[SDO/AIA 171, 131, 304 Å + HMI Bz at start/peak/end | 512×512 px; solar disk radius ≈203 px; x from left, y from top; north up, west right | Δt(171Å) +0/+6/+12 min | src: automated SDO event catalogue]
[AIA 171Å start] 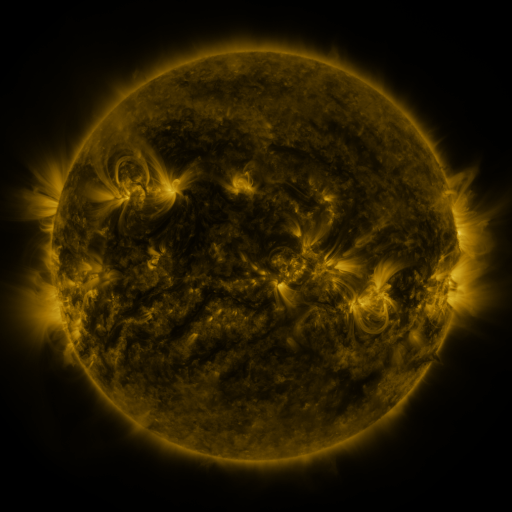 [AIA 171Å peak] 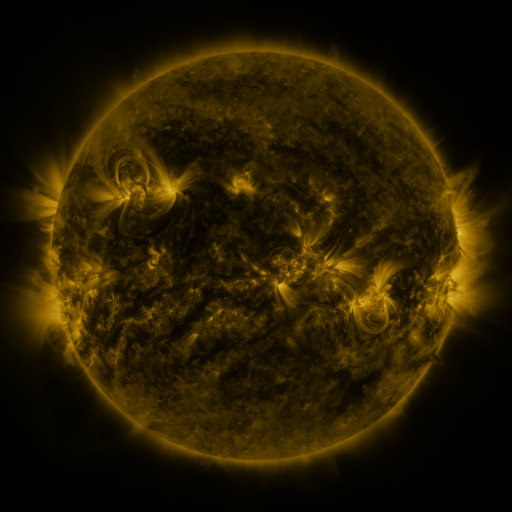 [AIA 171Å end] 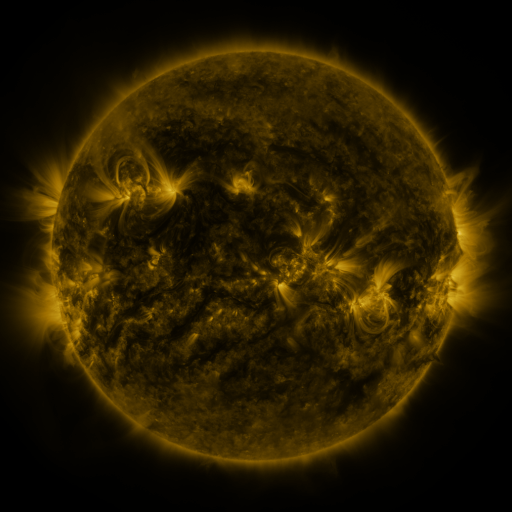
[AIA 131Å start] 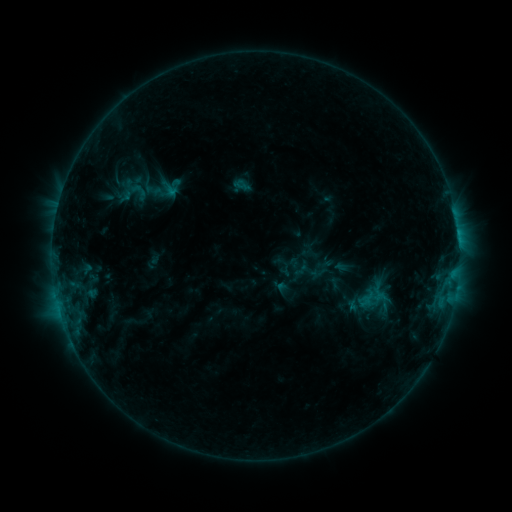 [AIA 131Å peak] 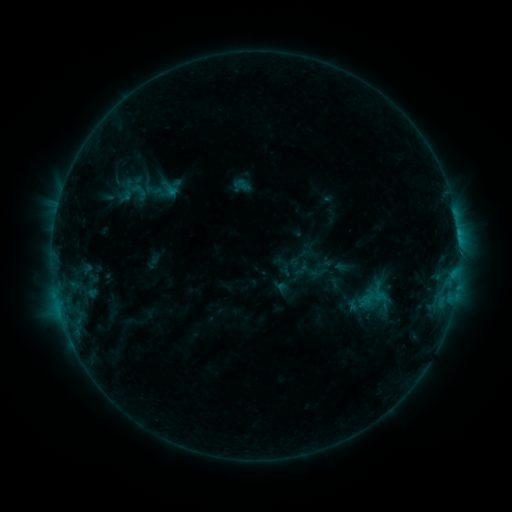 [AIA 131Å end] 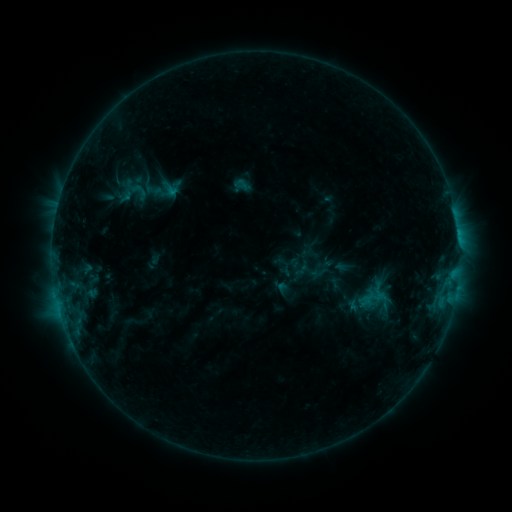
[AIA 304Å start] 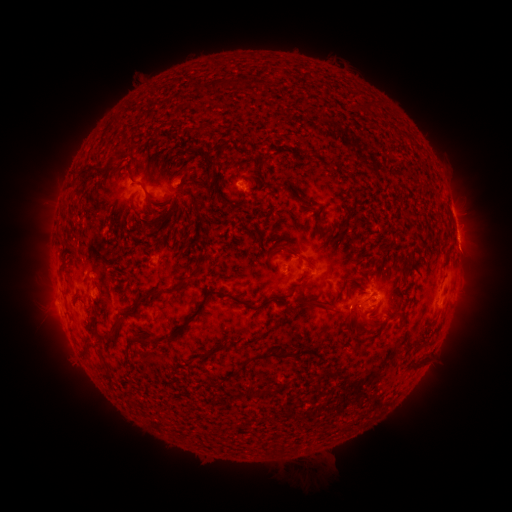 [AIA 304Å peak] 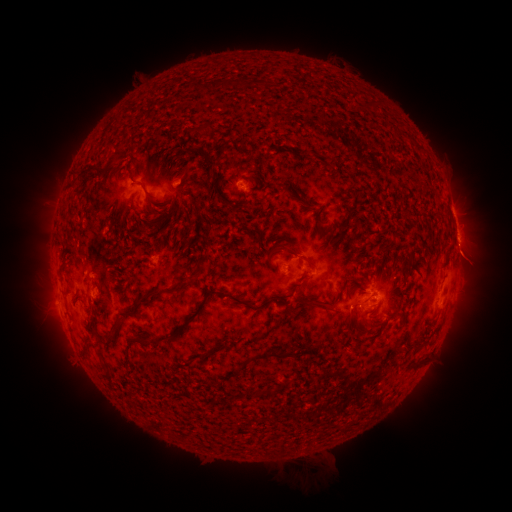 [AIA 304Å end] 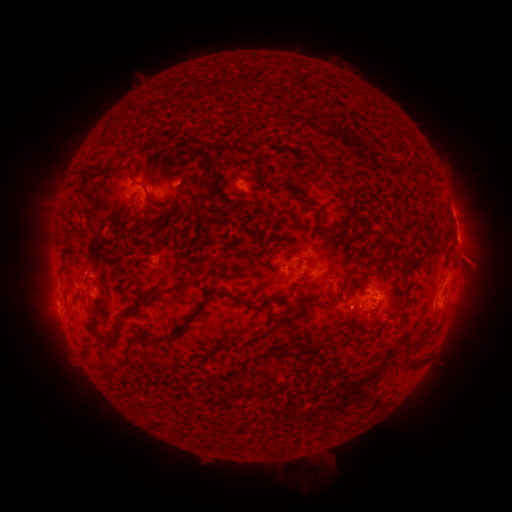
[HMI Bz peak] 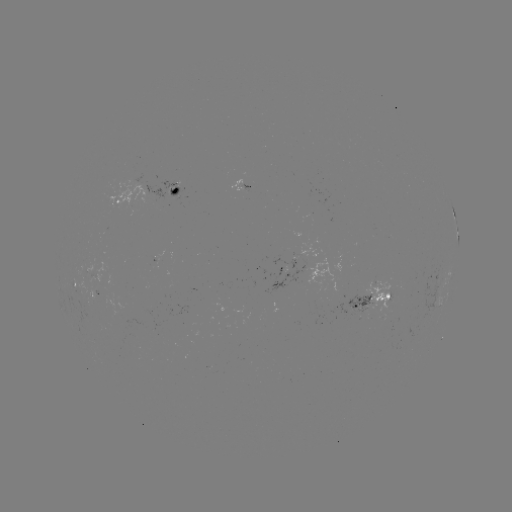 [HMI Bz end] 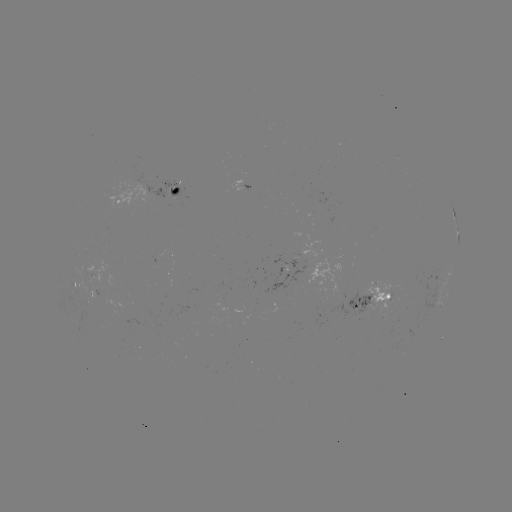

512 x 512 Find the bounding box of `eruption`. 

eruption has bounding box [445, 234, 494, 280].